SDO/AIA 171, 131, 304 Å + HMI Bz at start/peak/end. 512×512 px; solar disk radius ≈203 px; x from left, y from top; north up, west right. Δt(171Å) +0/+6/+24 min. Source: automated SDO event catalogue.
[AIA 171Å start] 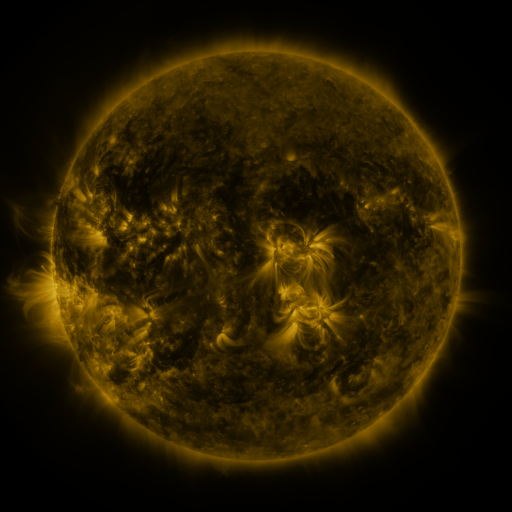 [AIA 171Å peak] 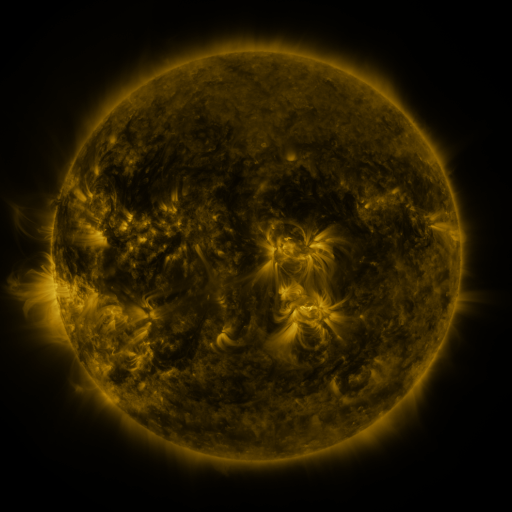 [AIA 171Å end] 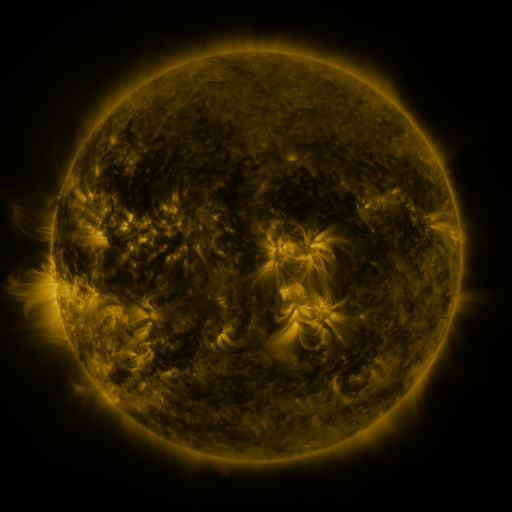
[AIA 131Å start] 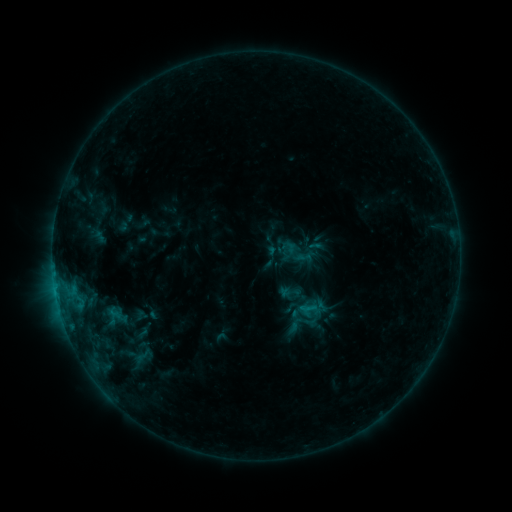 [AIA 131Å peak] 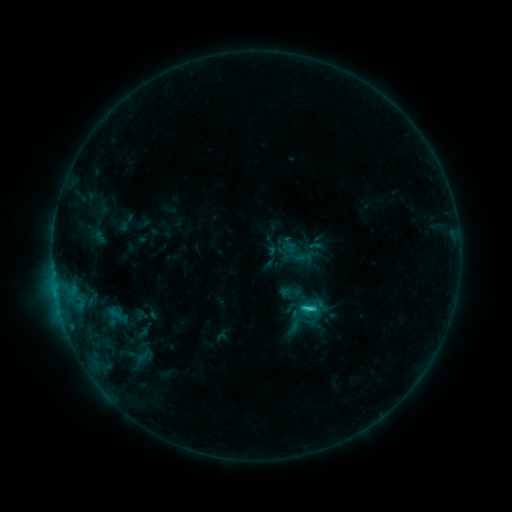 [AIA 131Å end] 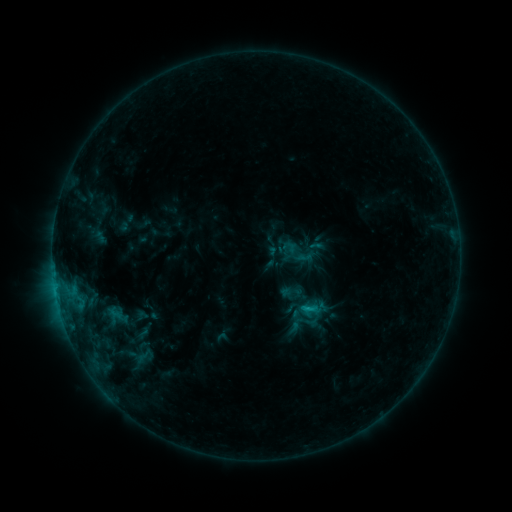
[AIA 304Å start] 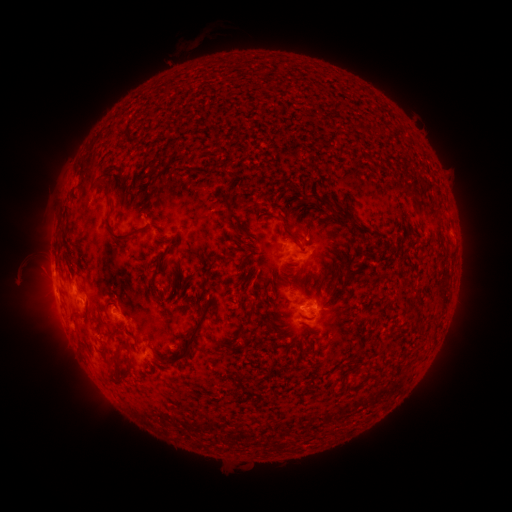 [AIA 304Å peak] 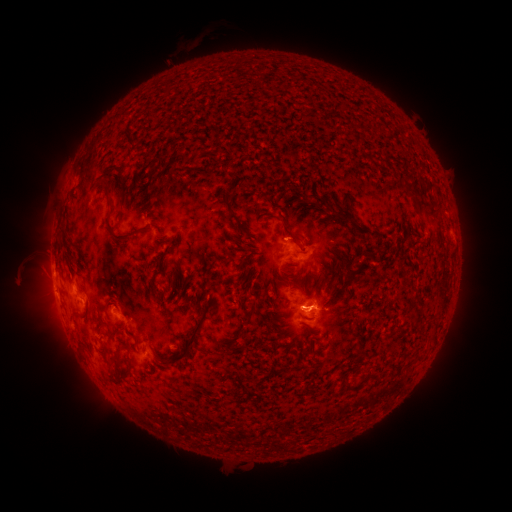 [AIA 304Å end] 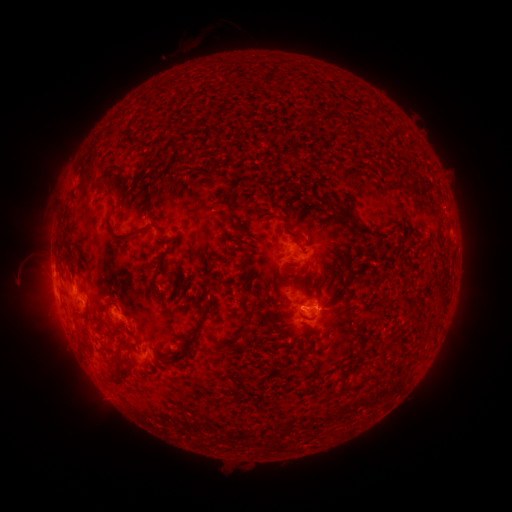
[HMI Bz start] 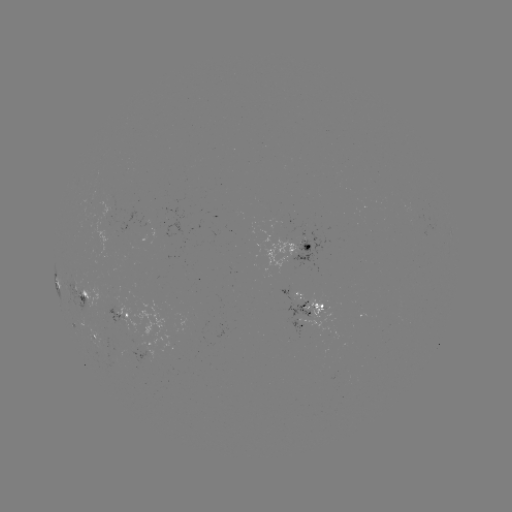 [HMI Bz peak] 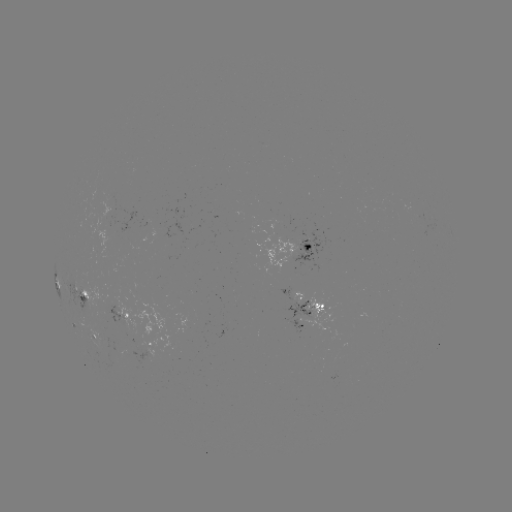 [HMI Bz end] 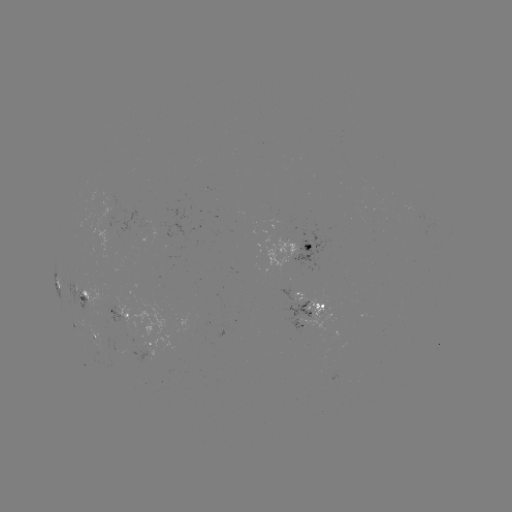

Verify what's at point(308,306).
C1.3 flare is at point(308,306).